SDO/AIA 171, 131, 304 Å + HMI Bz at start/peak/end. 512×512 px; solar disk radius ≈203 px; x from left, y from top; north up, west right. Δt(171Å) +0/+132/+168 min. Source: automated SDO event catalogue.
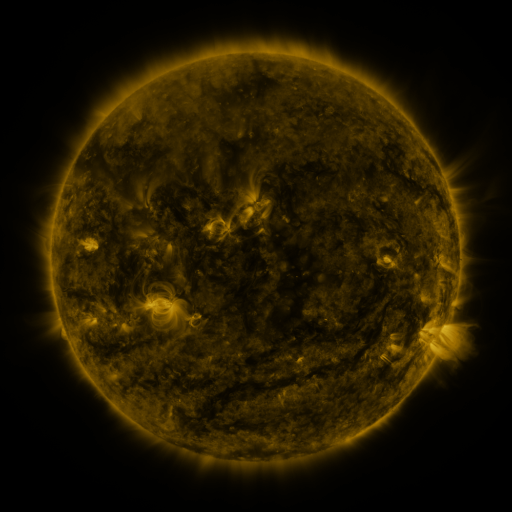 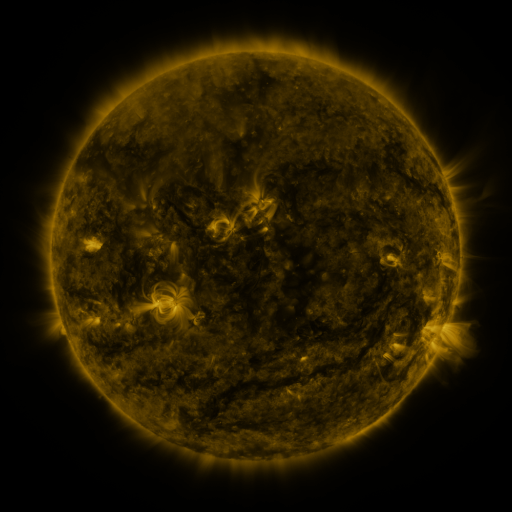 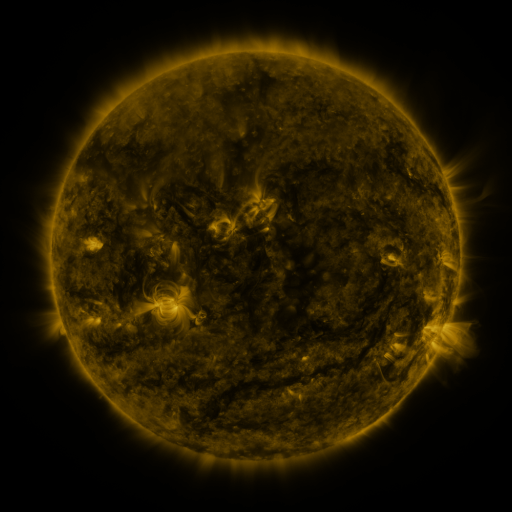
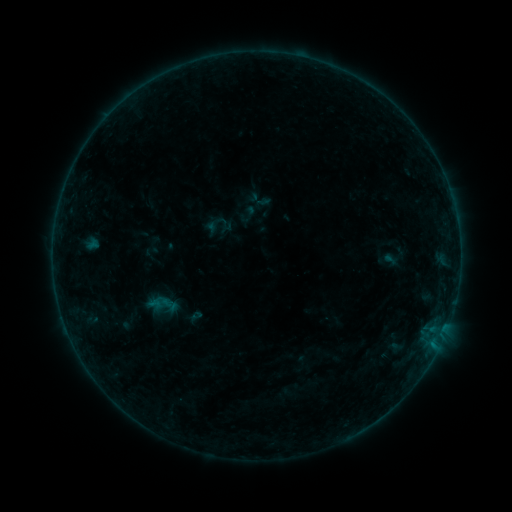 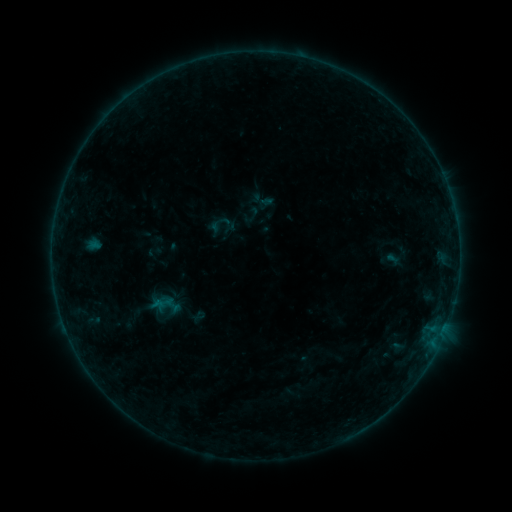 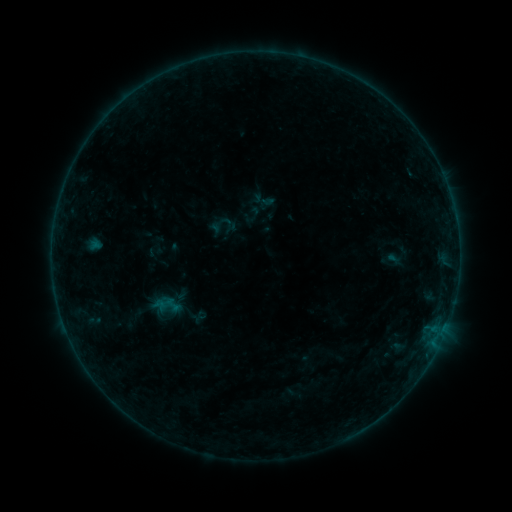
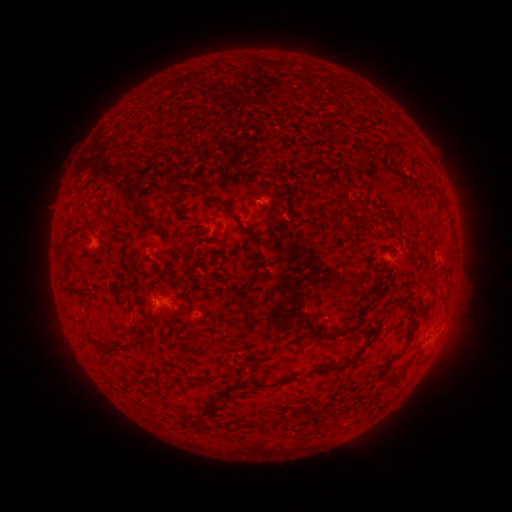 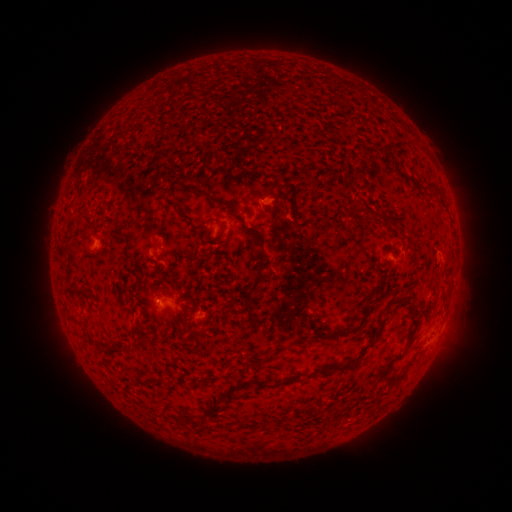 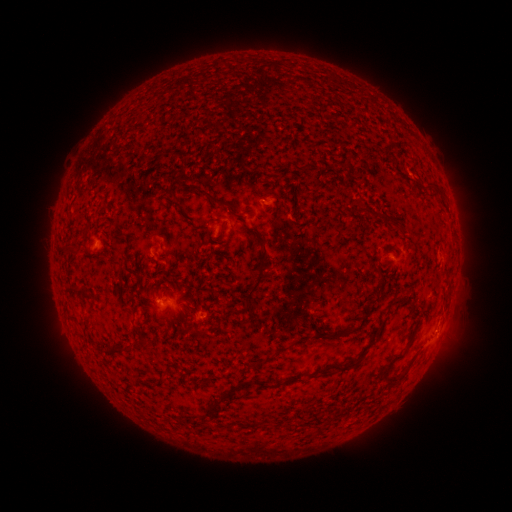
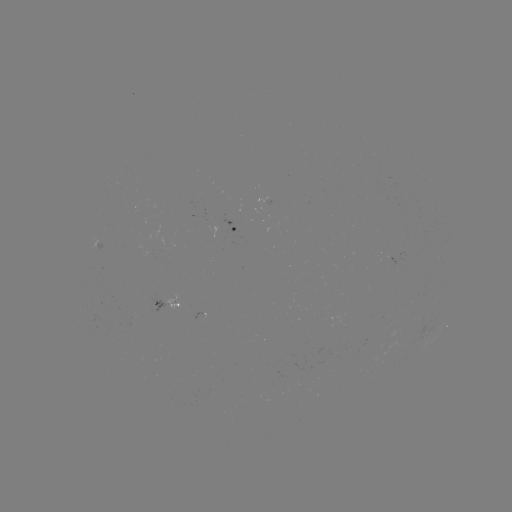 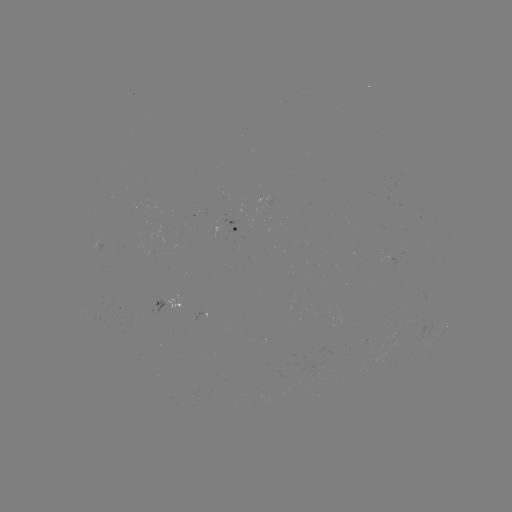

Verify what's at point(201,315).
emerging-flux region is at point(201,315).